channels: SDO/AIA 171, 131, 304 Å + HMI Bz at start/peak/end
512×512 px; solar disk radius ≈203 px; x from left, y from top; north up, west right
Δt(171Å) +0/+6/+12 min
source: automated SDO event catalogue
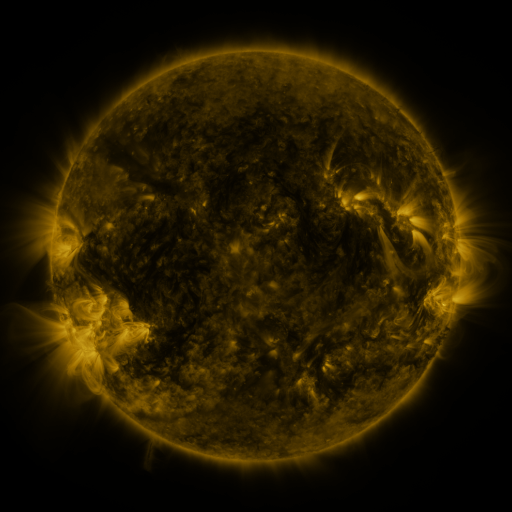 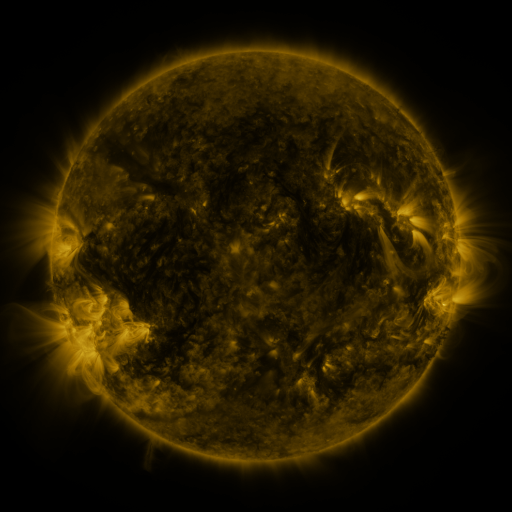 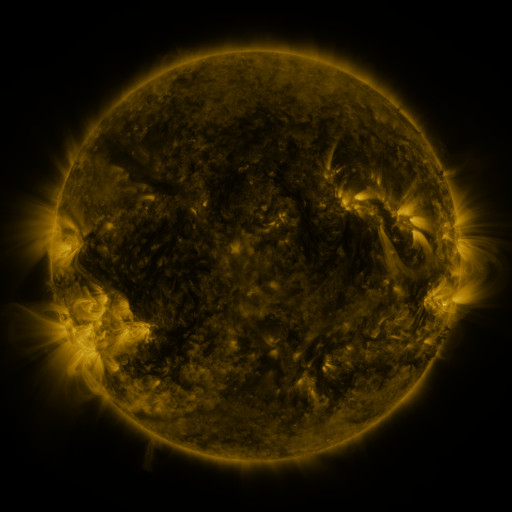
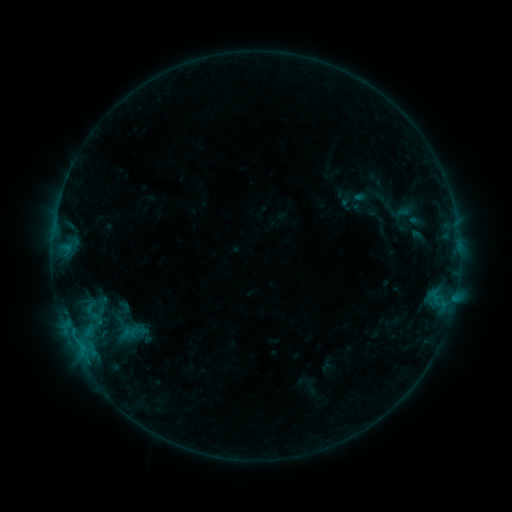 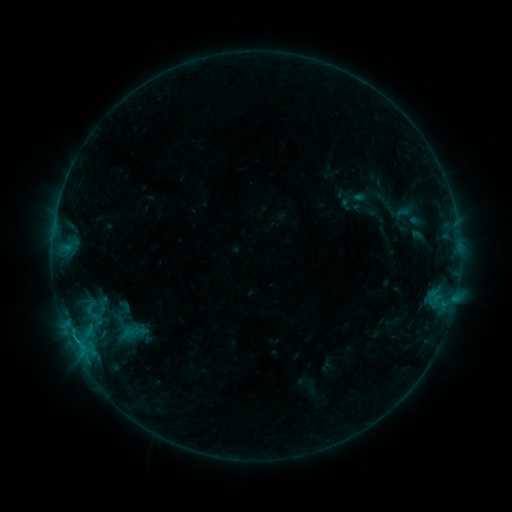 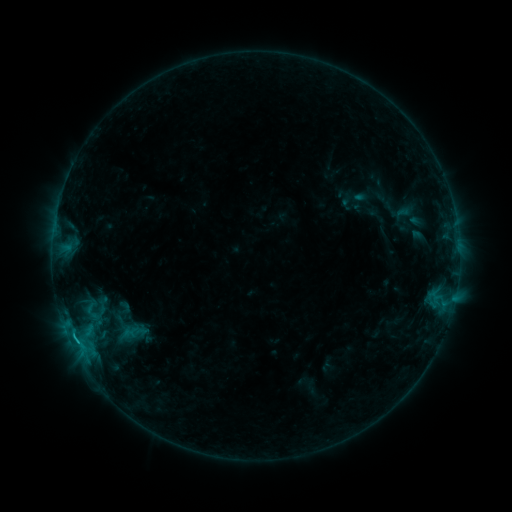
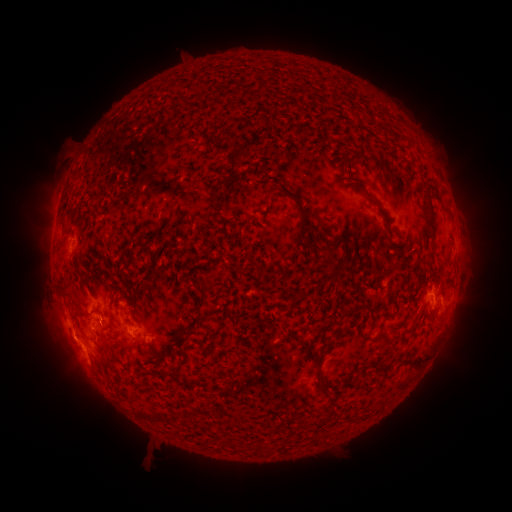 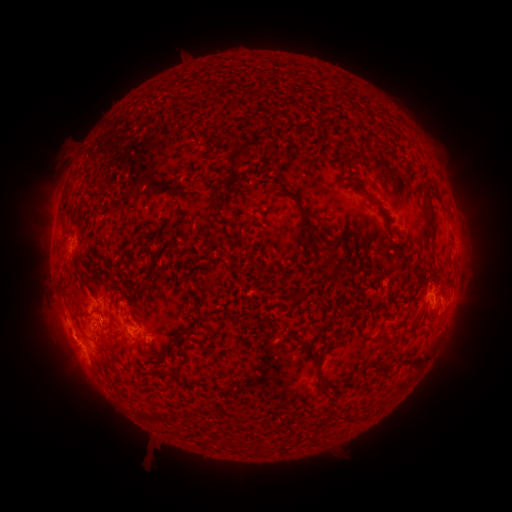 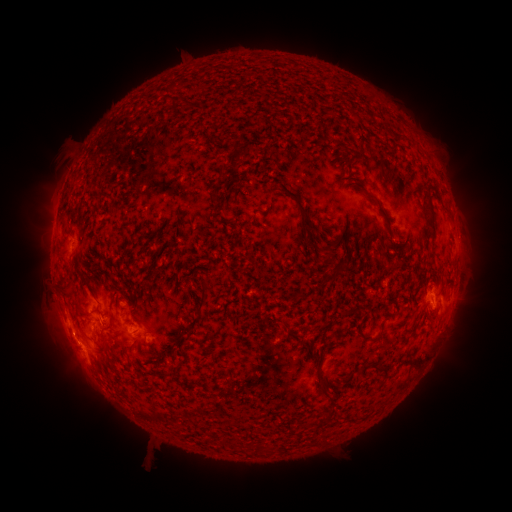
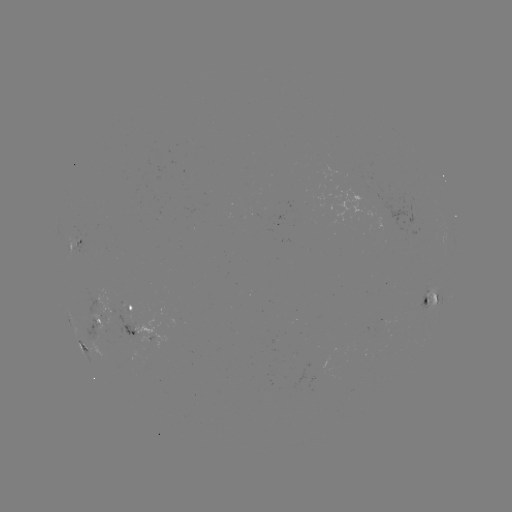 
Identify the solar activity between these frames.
B7.0 flare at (77, 339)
